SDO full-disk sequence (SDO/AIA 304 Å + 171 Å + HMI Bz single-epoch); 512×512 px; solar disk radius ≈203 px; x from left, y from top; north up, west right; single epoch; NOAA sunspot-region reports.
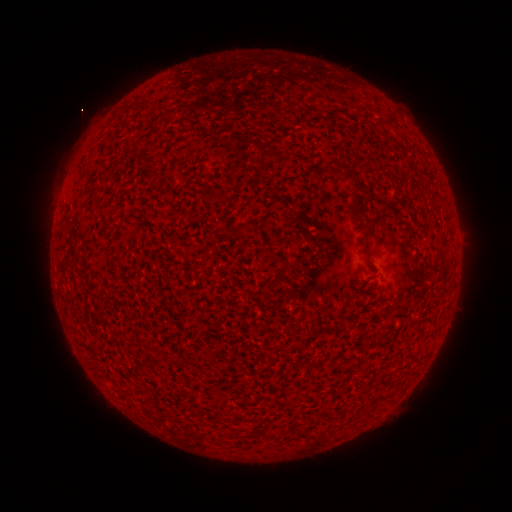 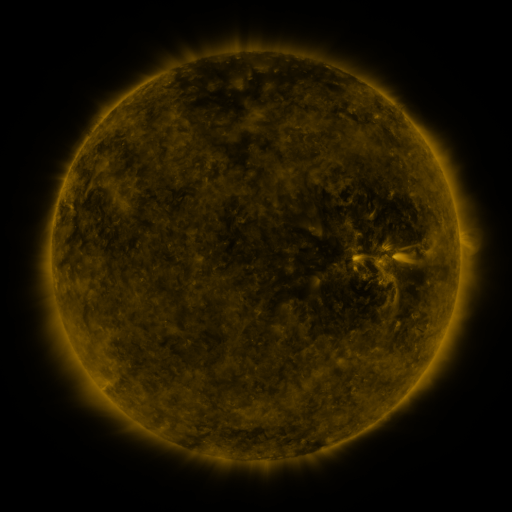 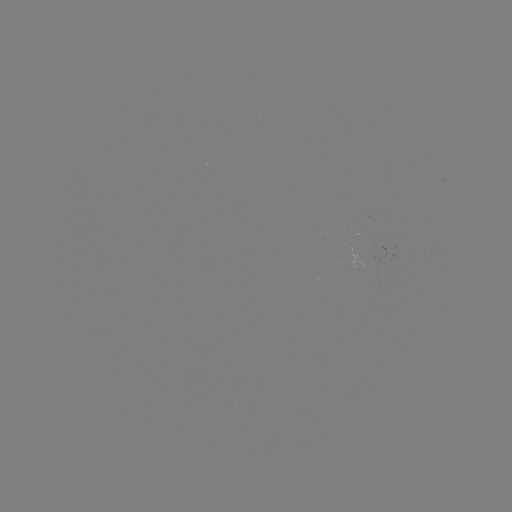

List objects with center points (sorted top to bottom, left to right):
(none)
